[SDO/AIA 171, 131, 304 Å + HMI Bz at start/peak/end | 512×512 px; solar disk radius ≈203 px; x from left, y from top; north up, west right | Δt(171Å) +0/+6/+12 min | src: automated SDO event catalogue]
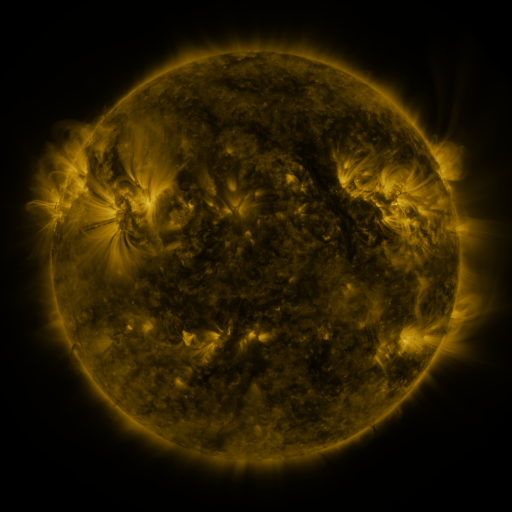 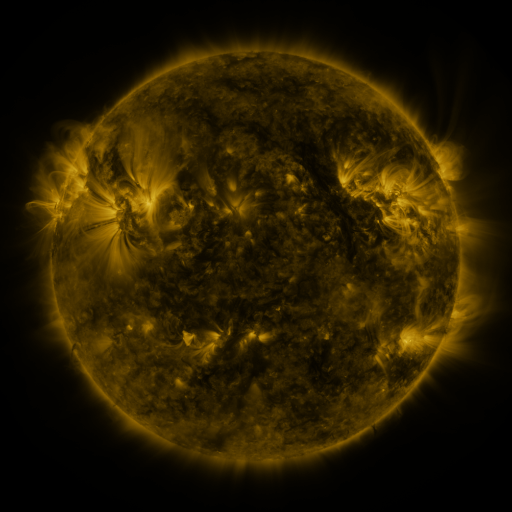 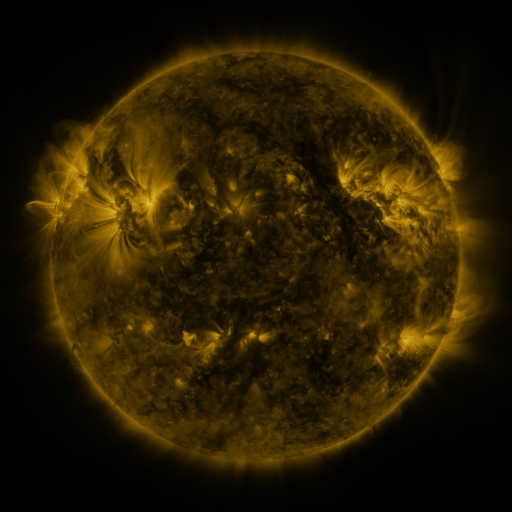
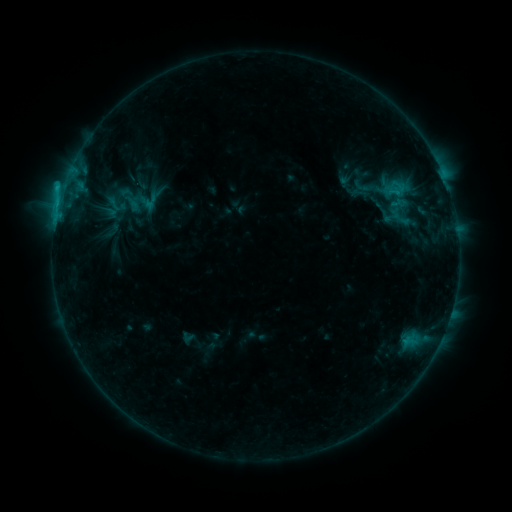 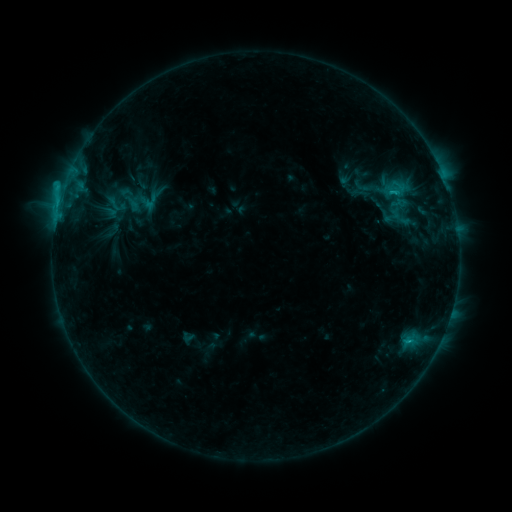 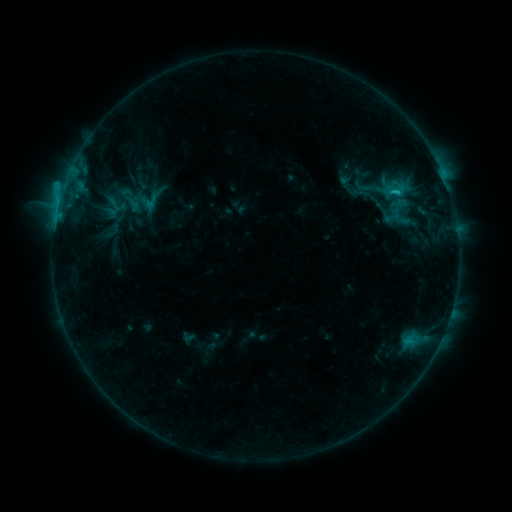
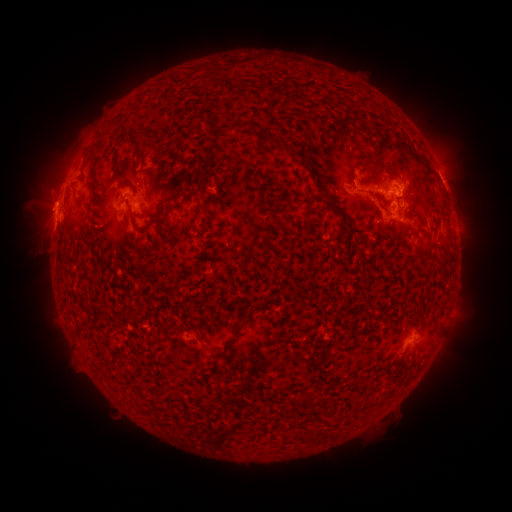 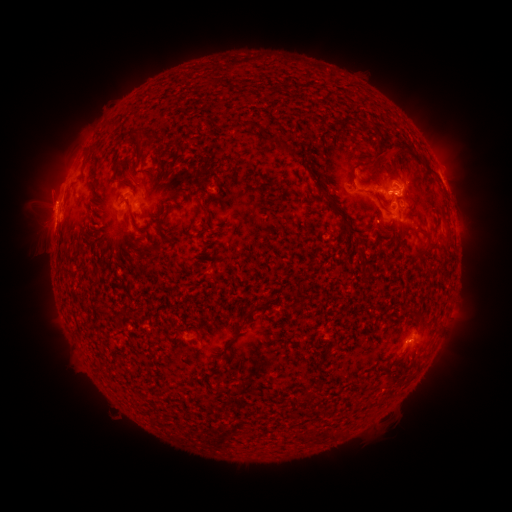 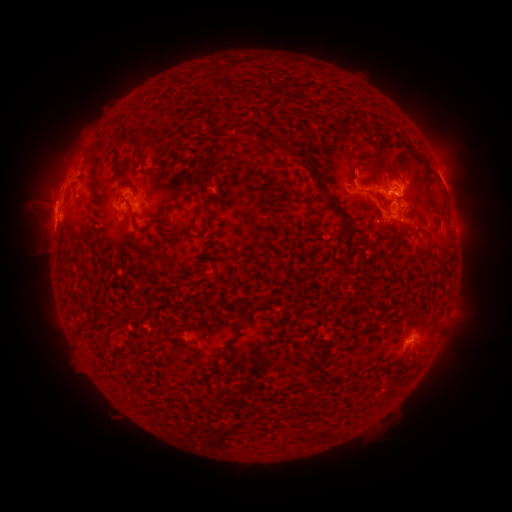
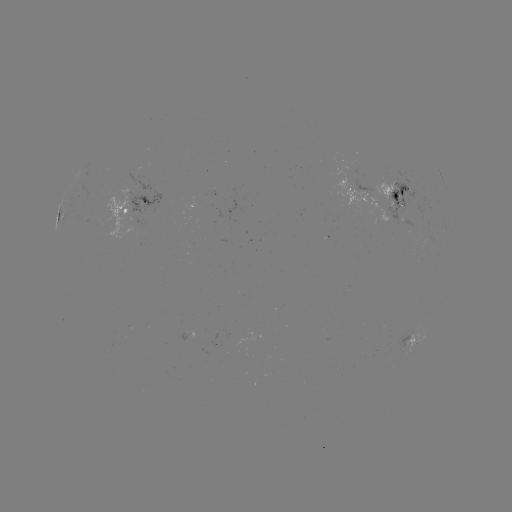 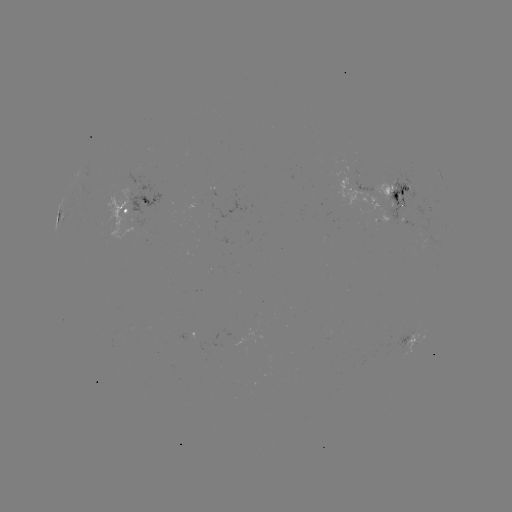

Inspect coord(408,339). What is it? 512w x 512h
C2.6 flare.